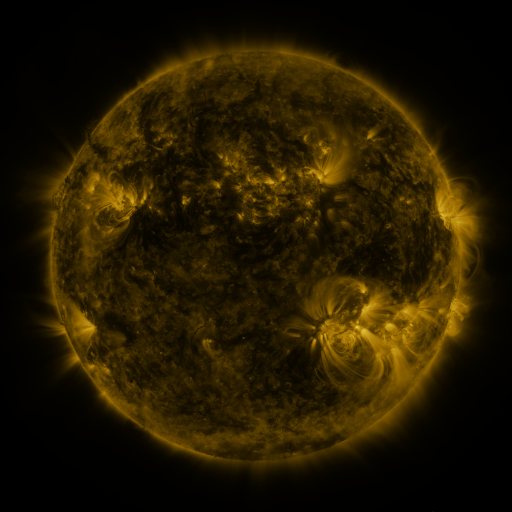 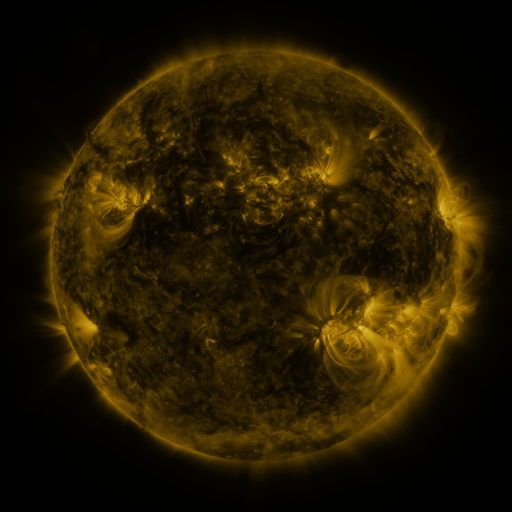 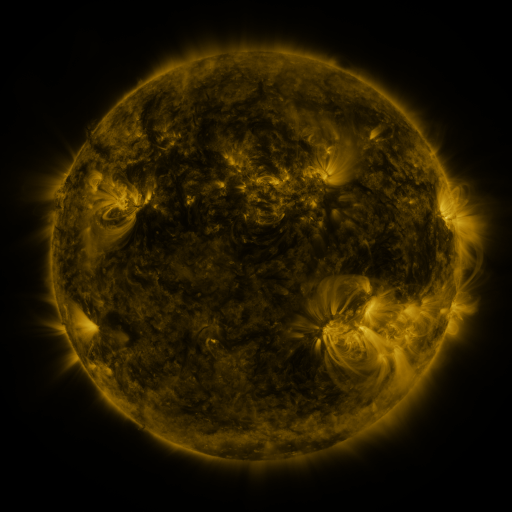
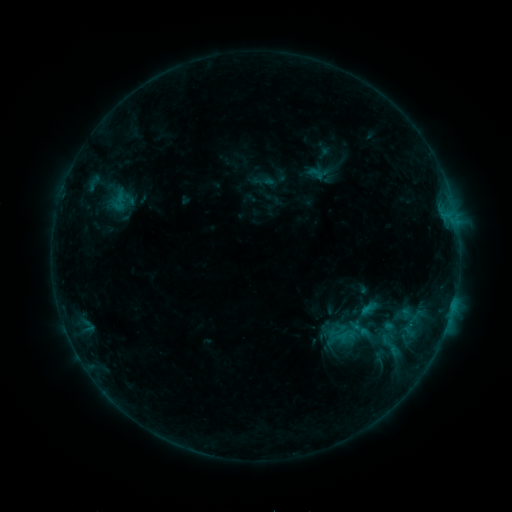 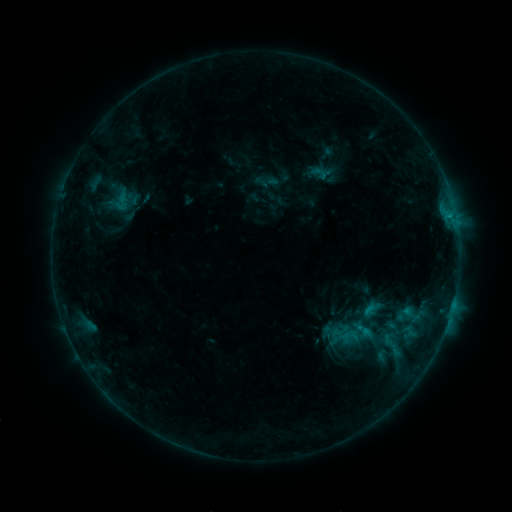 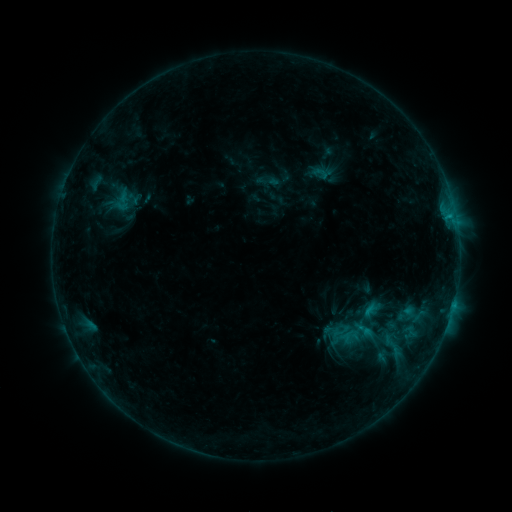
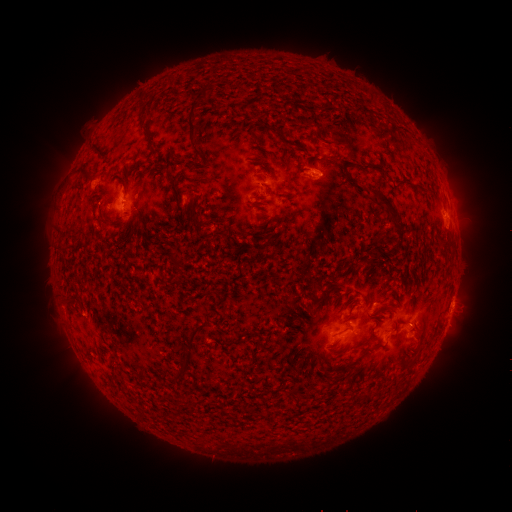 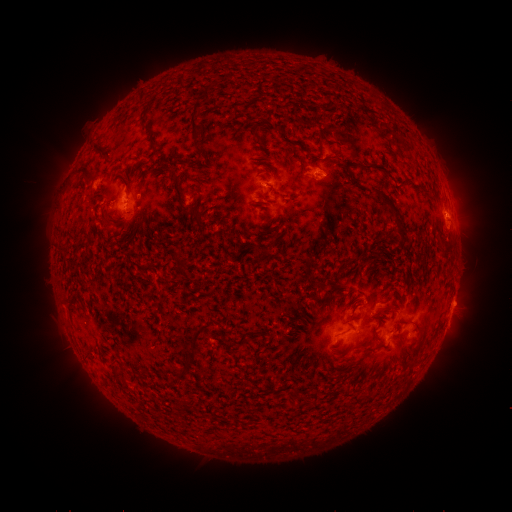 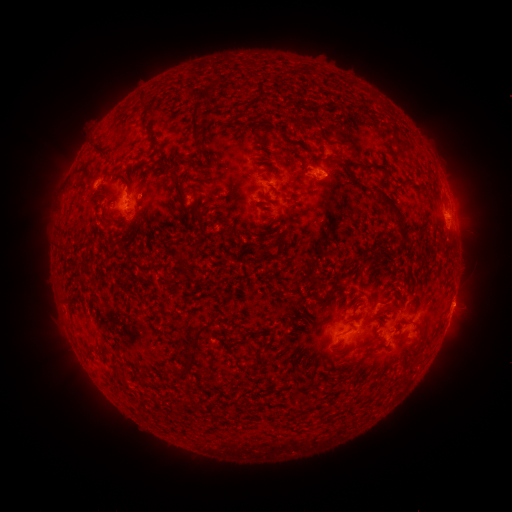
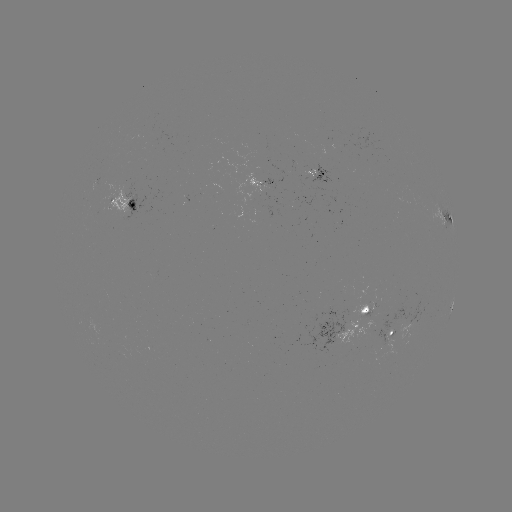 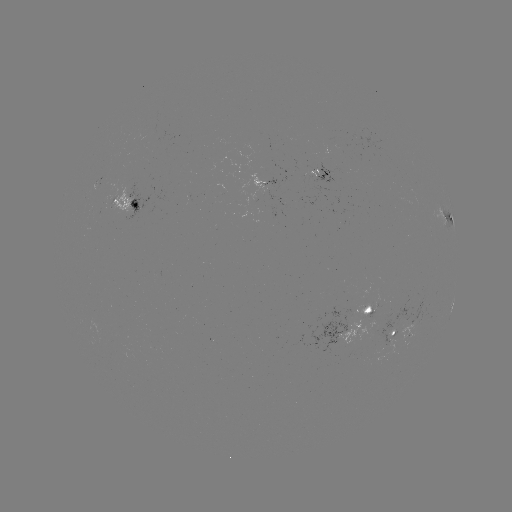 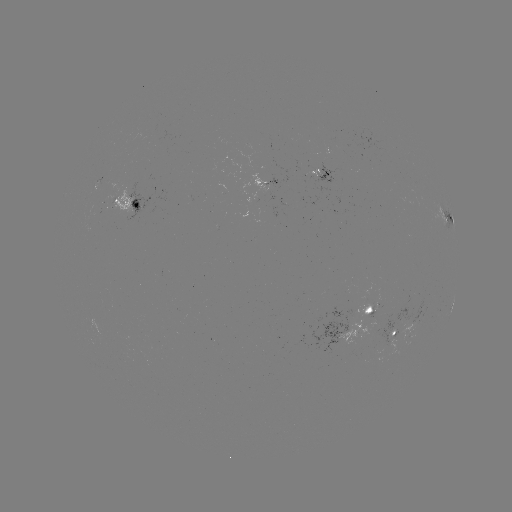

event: emerging-flux region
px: (305, 168)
